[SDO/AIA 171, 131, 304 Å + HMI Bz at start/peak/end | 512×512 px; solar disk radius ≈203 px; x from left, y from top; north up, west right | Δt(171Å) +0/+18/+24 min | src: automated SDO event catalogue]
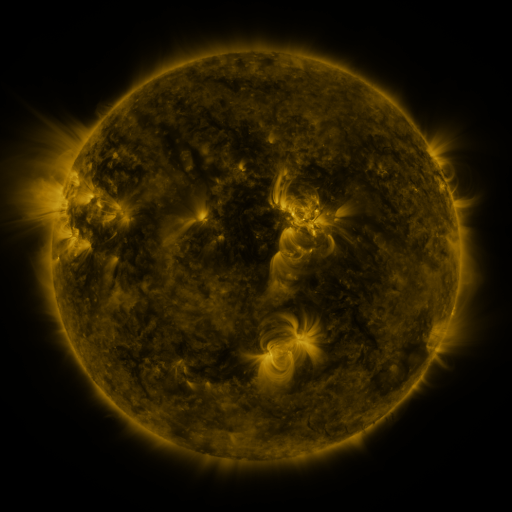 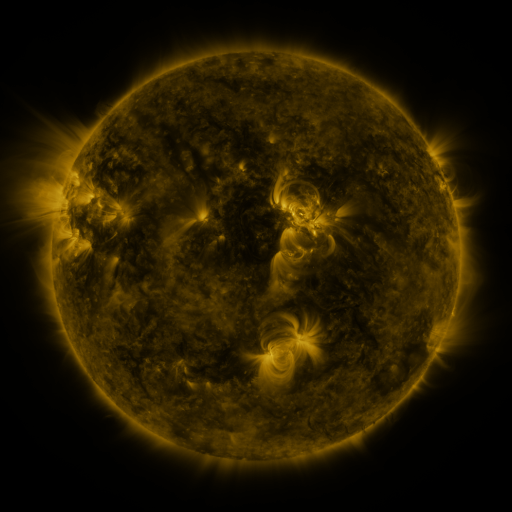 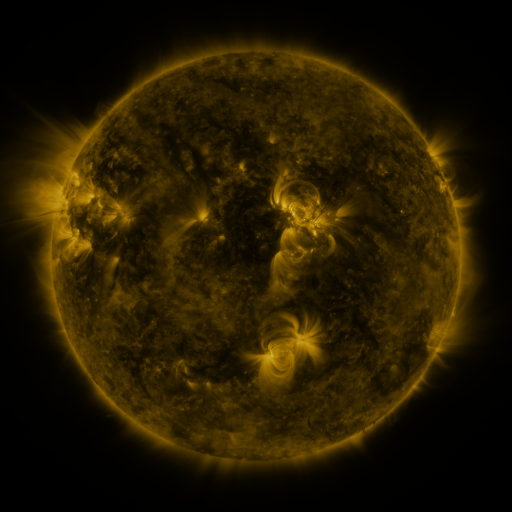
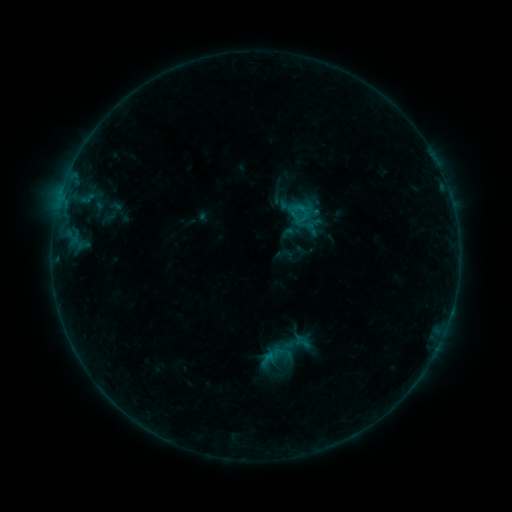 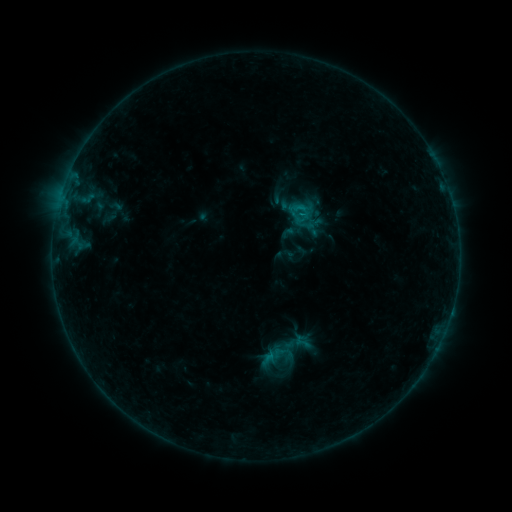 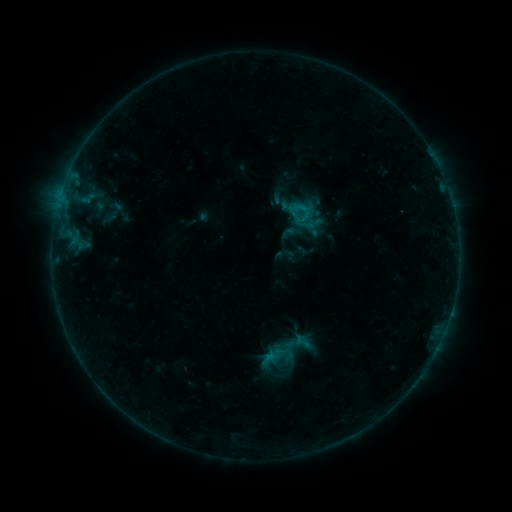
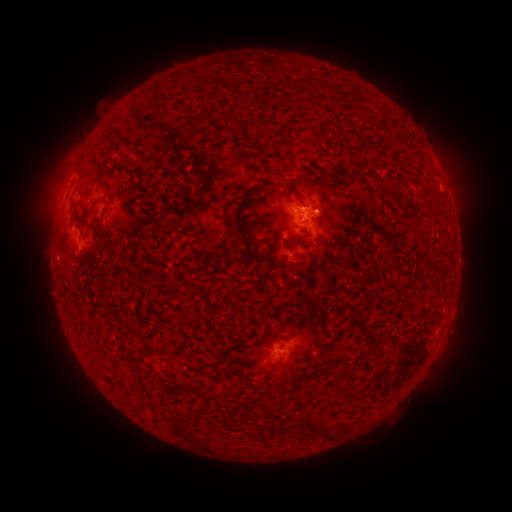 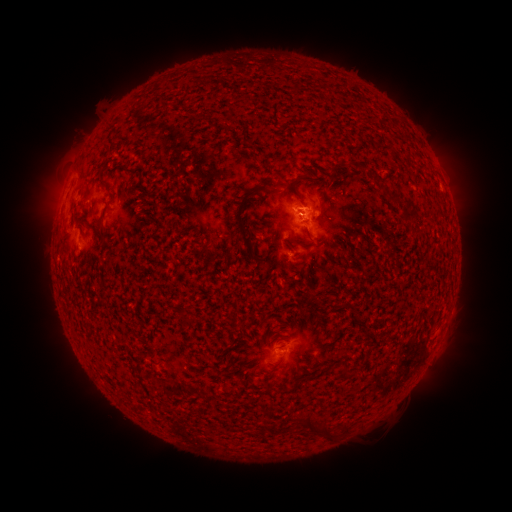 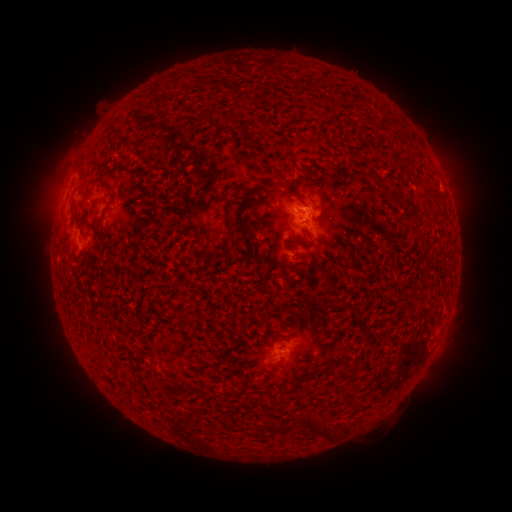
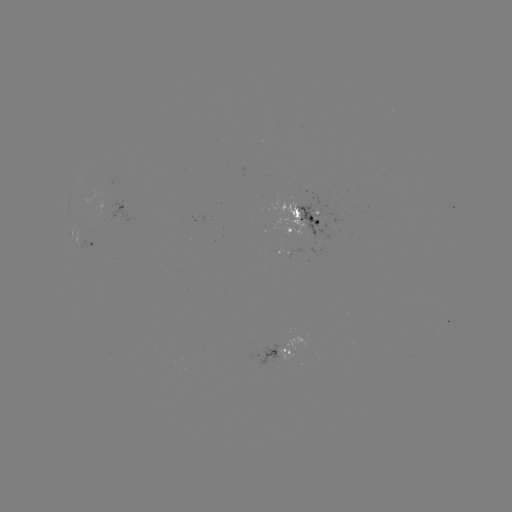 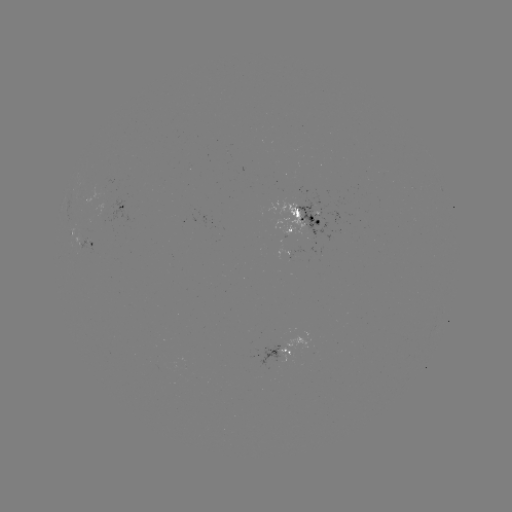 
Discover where B4.4 flare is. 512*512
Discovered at (299, 209).